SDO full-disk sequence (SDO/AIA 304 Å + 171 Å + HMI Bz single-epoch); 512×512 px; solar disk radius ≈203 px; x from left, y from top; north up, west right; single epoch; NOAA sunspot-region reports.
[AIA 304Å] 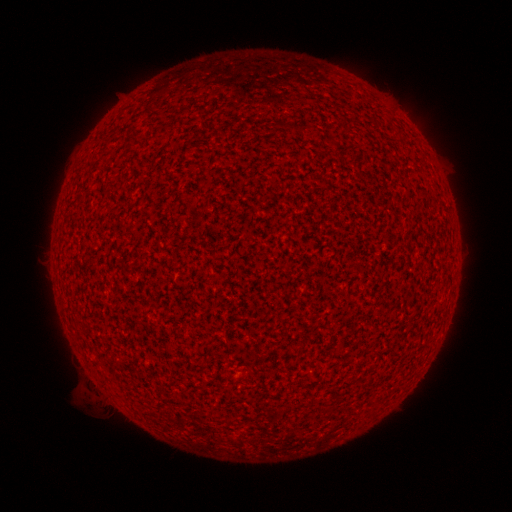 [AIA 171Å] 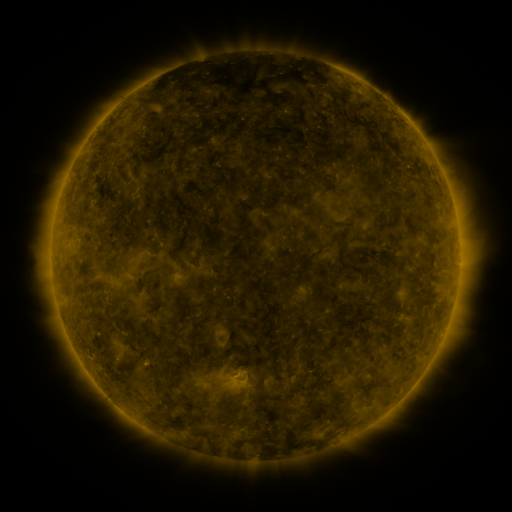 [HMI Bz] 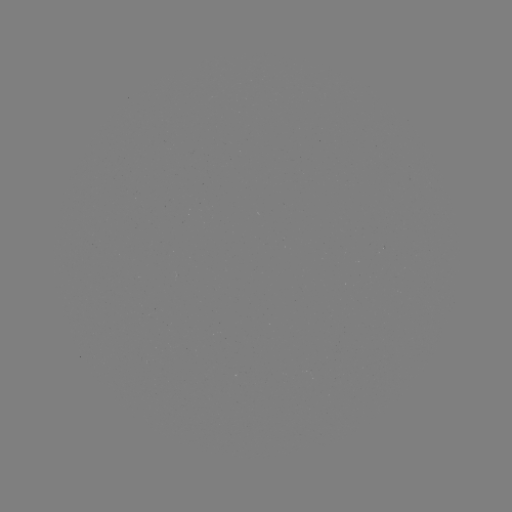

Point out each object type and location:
(none)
